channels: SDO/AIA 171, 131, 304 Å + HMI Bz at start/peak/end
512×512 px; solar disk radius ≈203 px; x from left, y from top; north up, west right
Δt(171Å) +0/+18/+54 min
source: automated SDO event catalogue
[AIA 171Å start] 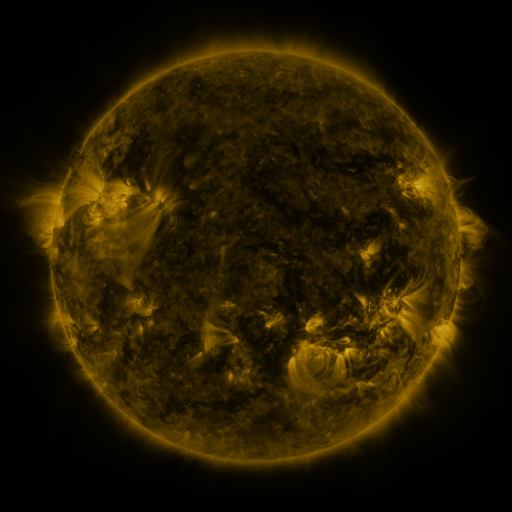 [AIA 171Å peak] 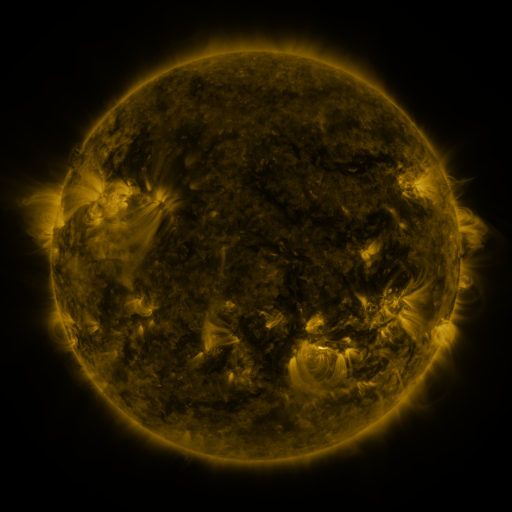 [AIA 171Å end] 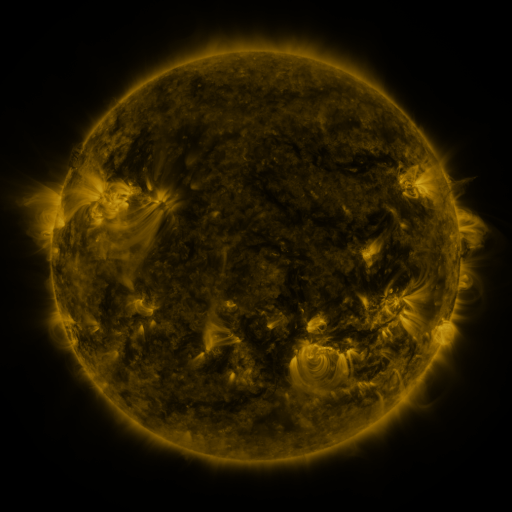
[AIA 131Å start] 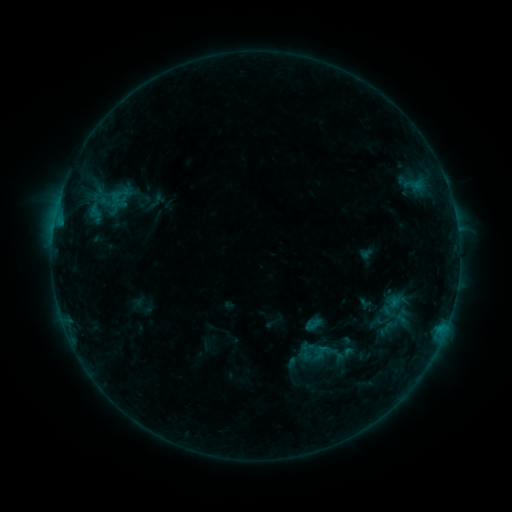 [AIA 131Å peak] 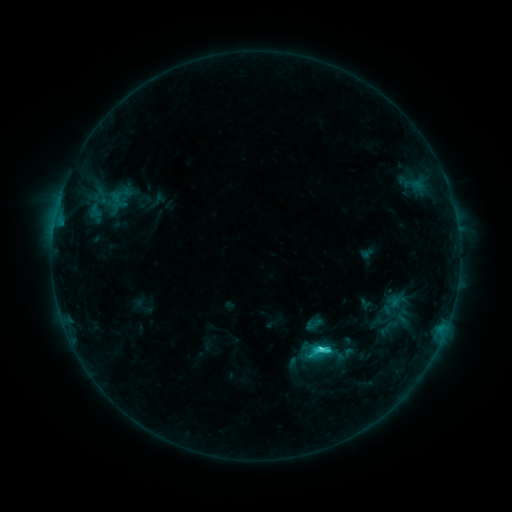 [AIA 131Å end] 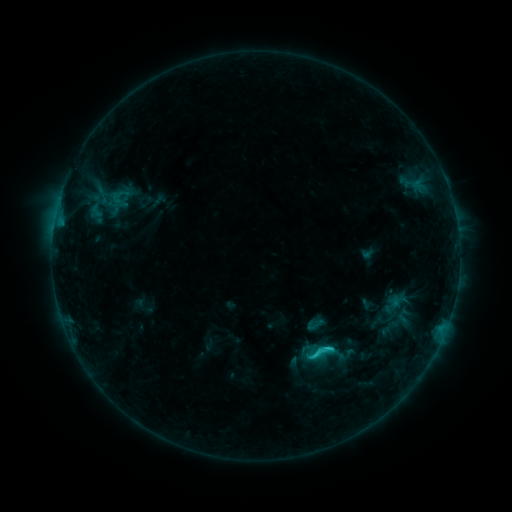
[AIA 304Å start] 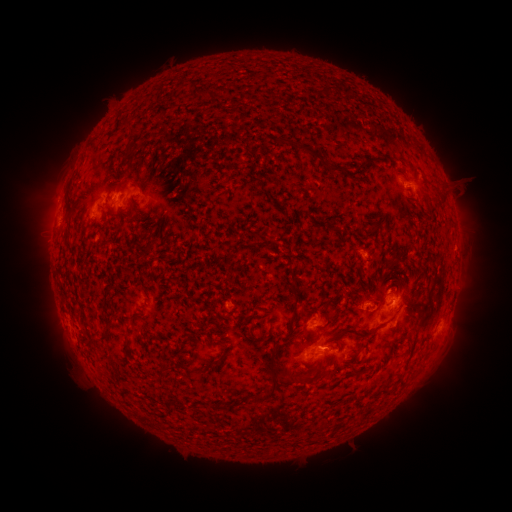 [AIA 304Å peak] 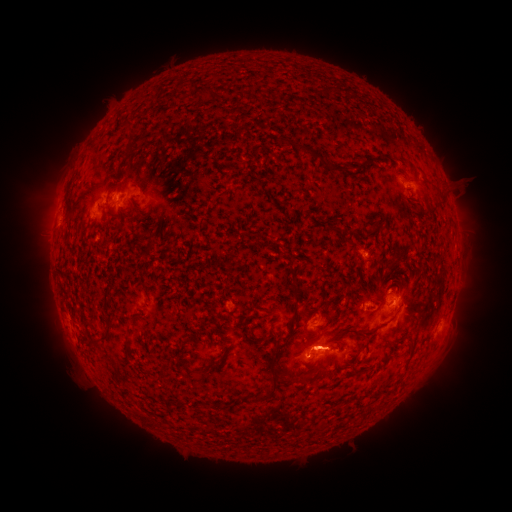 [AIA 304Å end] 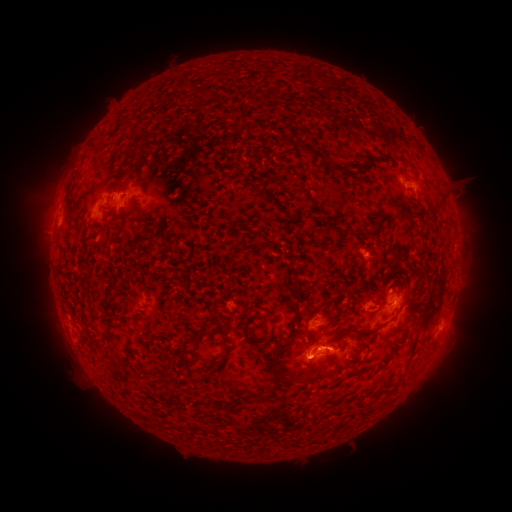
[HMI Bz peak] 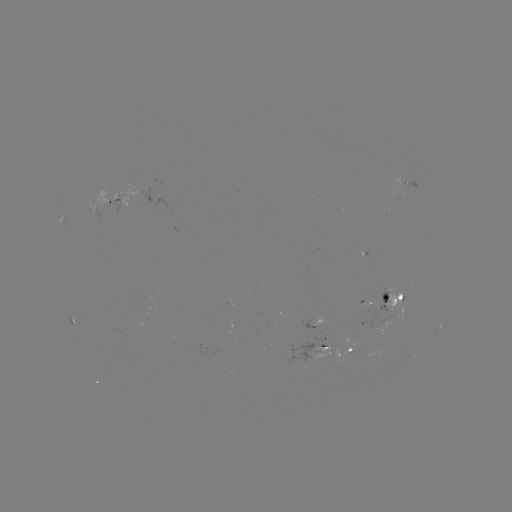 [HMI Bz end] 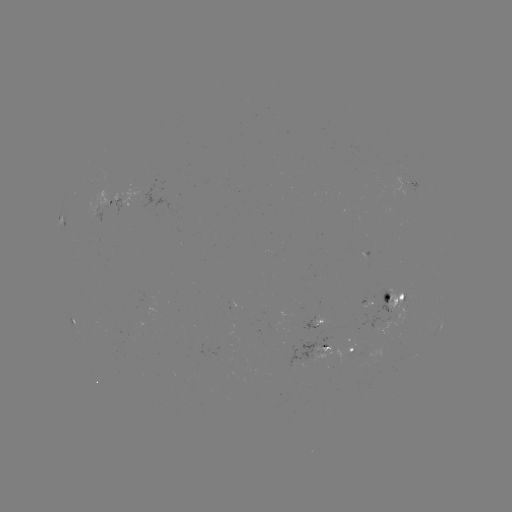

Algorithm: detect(C3.3 flare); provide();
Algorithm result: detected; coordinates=(321, 346)